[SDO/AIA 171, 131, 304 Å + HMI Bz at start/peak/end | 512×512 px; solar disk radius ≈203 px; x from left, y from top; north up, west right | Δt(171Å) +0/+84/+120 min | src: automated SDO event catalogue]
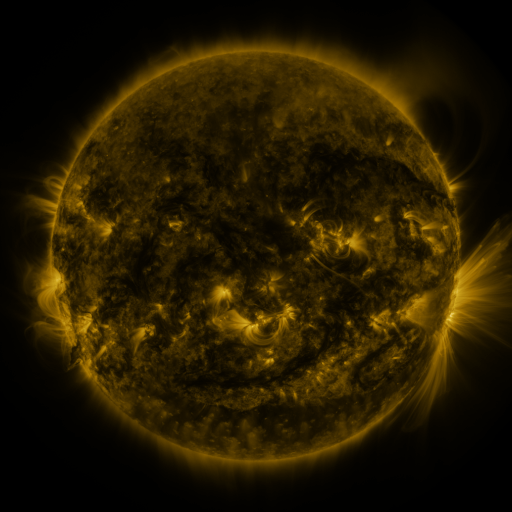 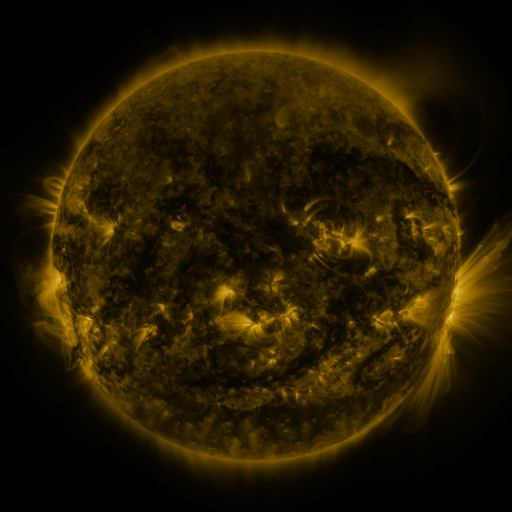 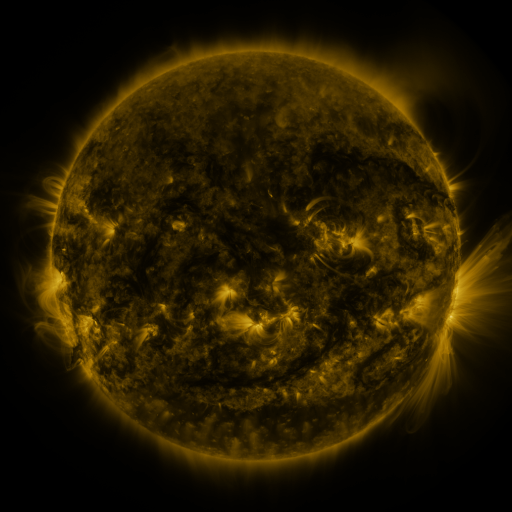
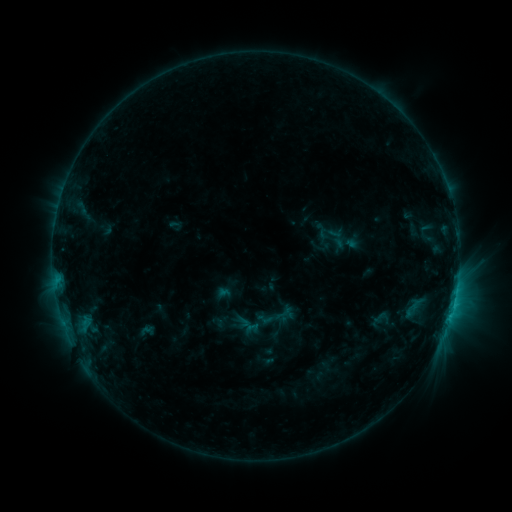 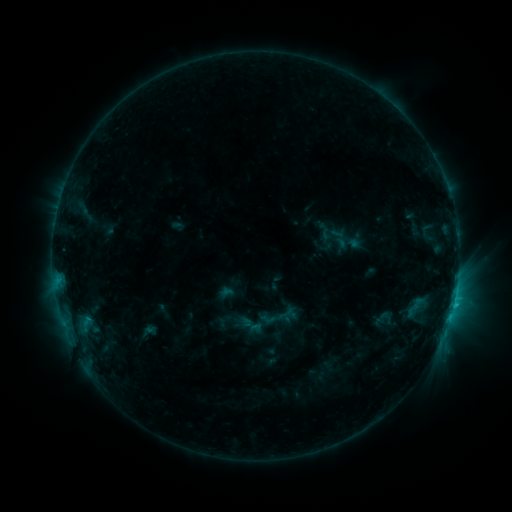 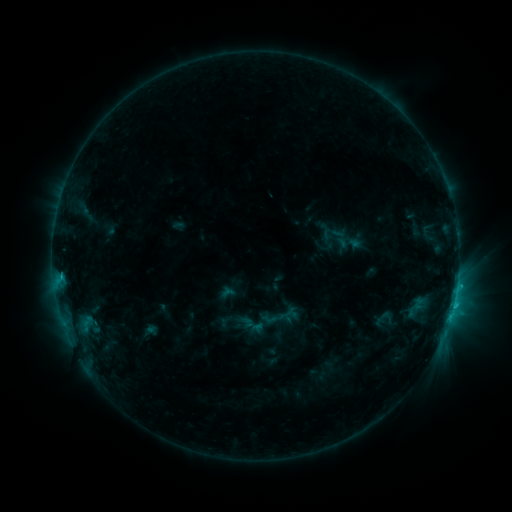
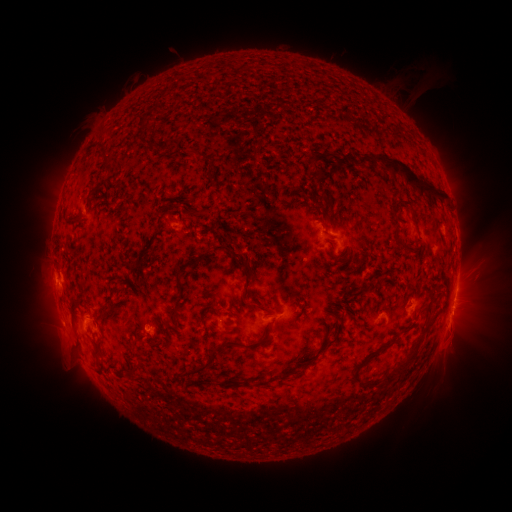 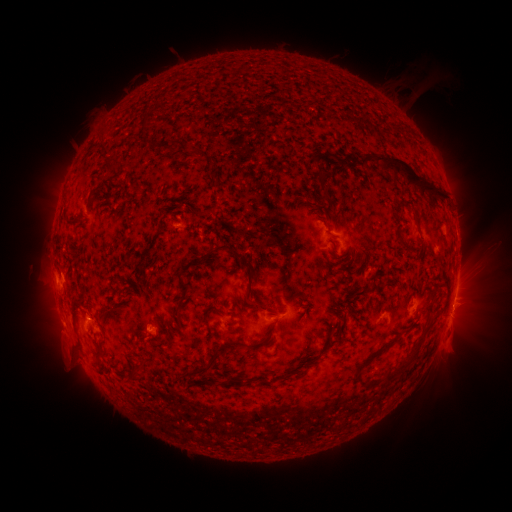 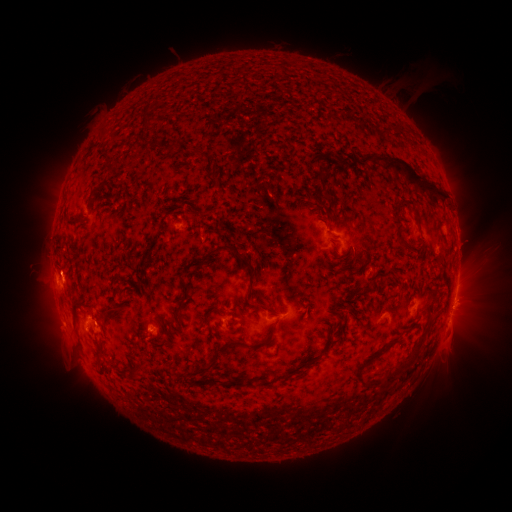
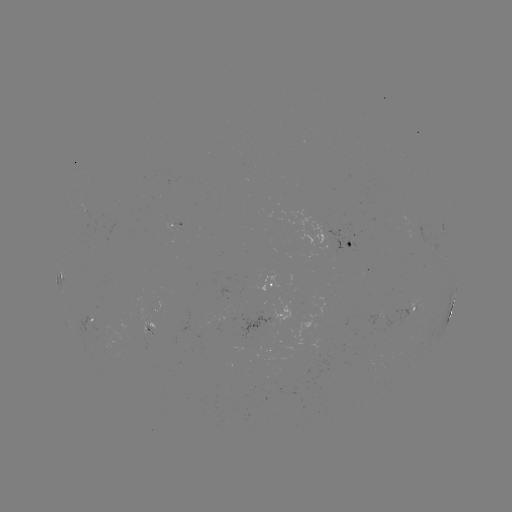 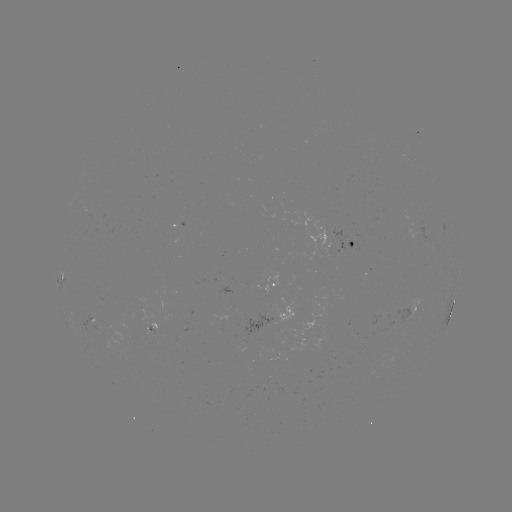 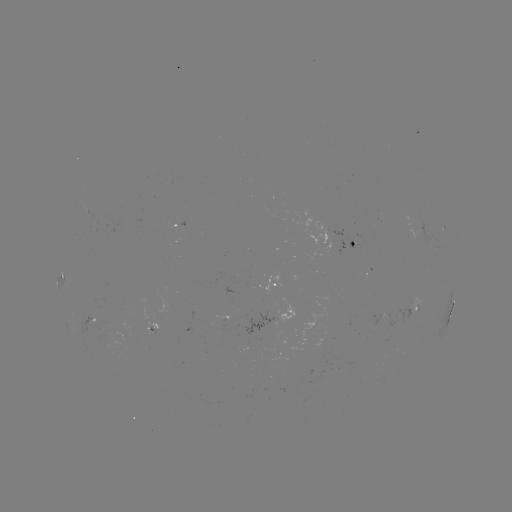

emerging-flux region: <bbox>147, 325, 156, 335</bbox>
